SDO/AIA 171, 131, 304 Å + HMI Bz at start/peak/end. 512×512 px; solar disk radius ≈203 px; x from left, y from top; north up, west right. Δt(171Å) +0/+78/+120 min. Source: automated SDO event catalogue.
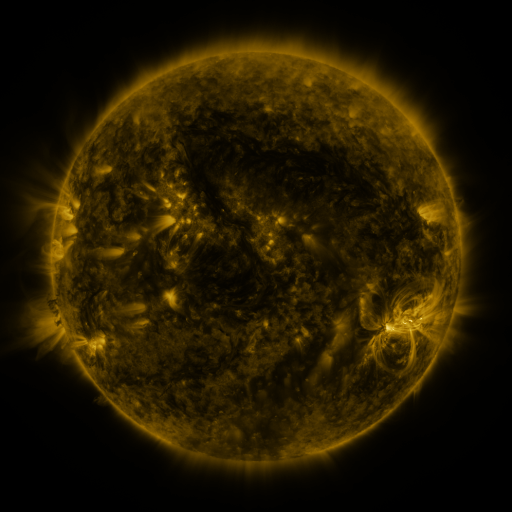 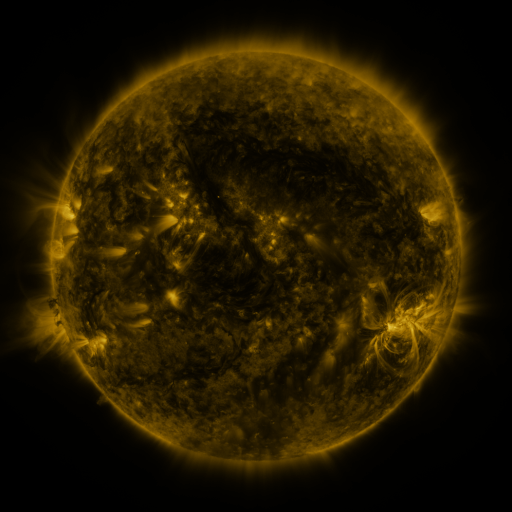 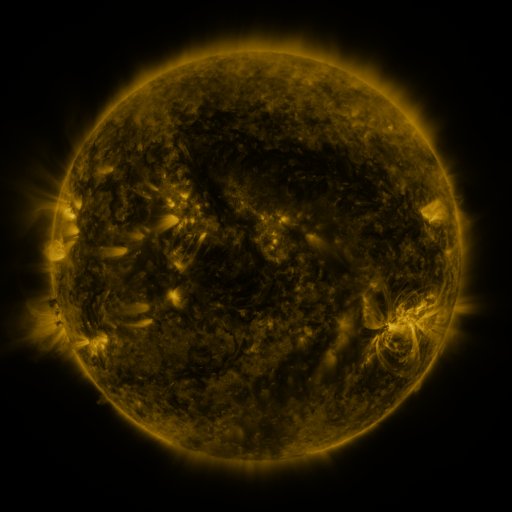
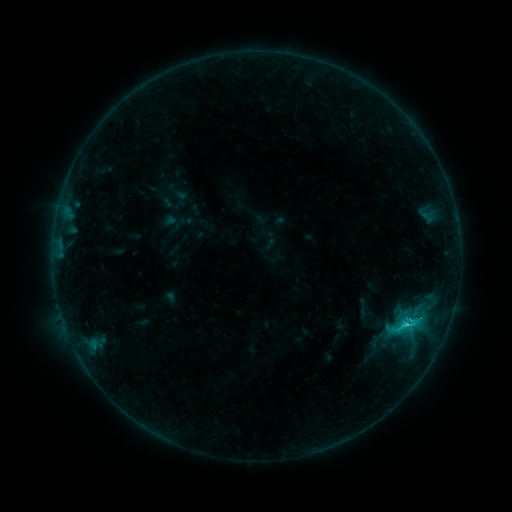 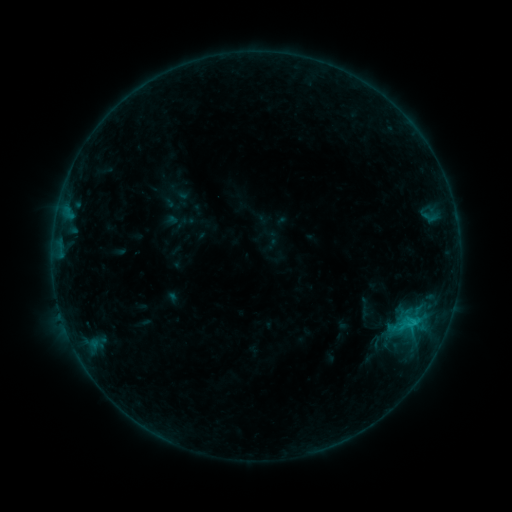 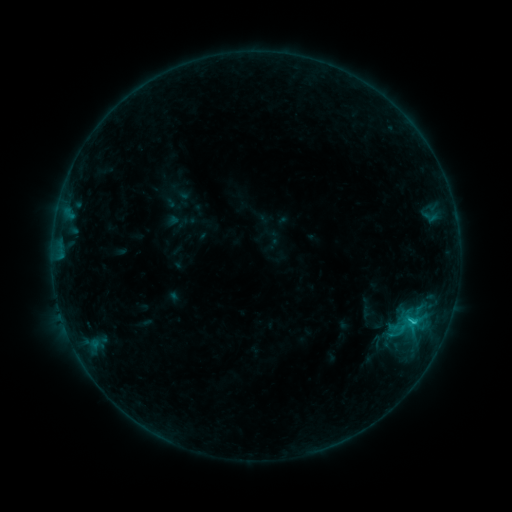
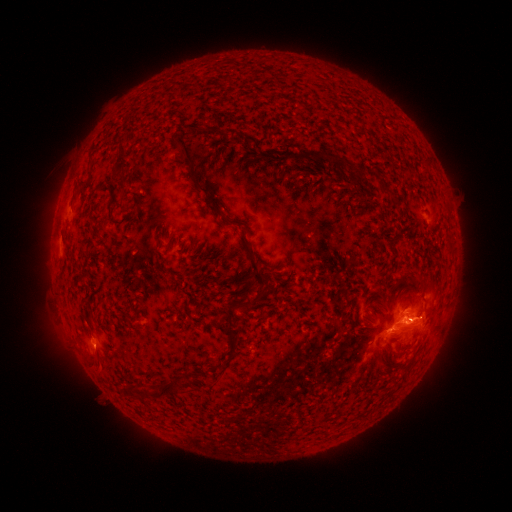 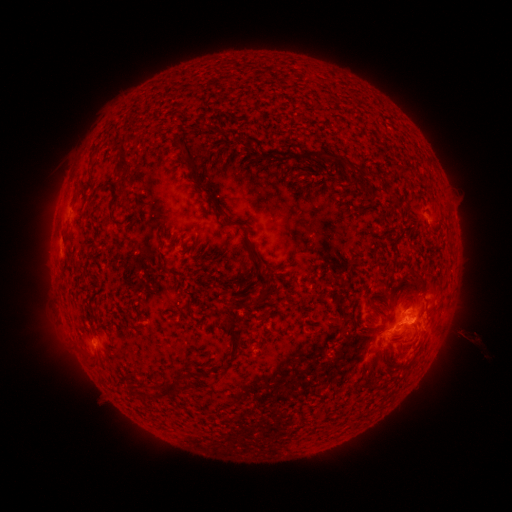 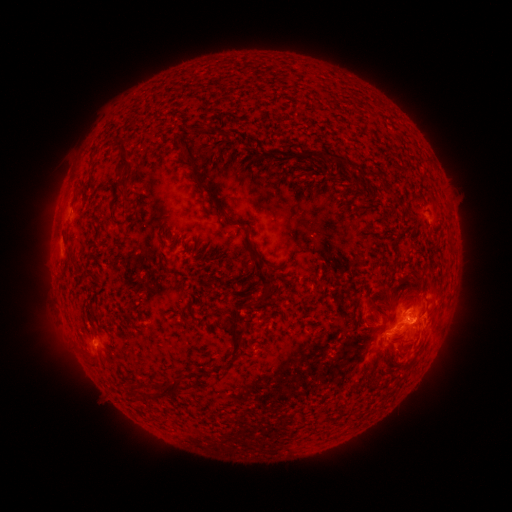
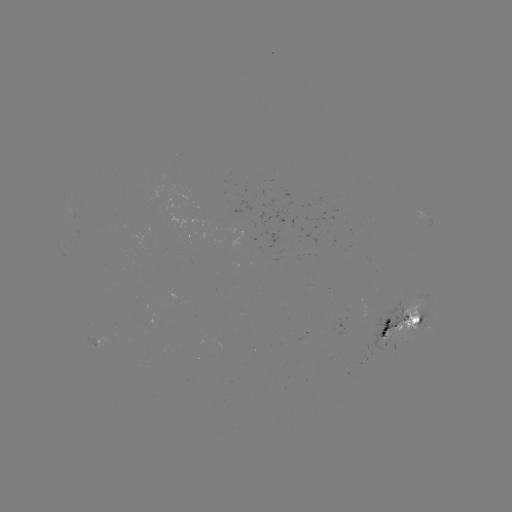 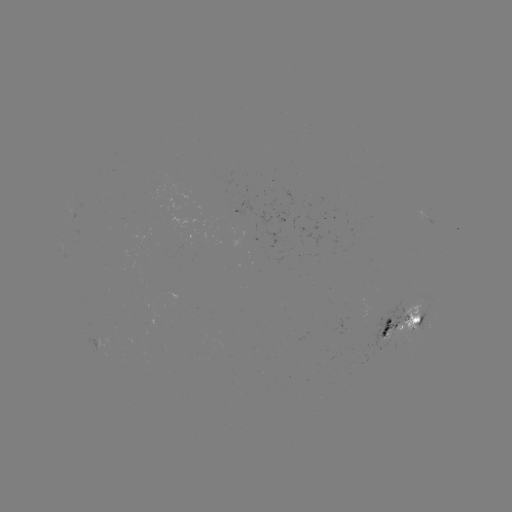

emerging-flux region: <bbox>381, 299, 424, 342</bbox>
